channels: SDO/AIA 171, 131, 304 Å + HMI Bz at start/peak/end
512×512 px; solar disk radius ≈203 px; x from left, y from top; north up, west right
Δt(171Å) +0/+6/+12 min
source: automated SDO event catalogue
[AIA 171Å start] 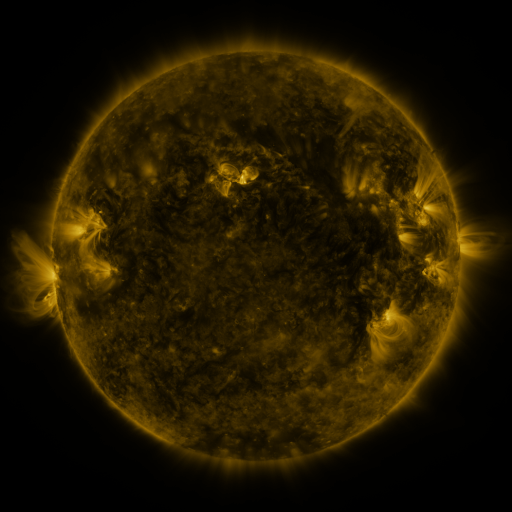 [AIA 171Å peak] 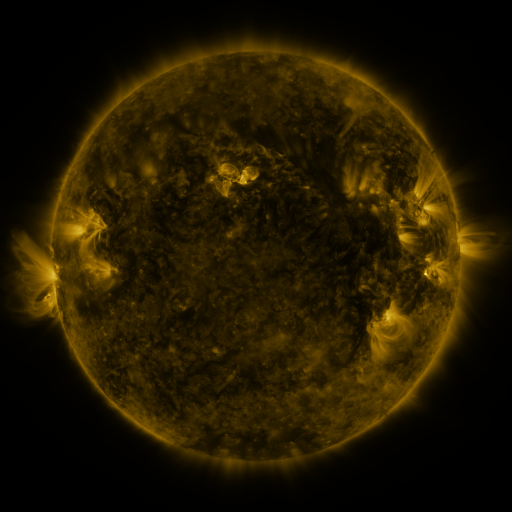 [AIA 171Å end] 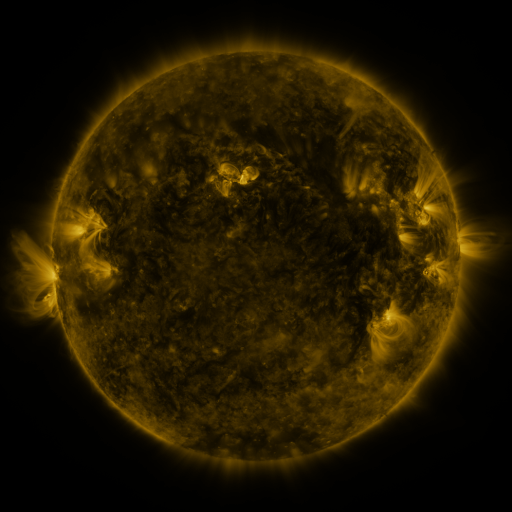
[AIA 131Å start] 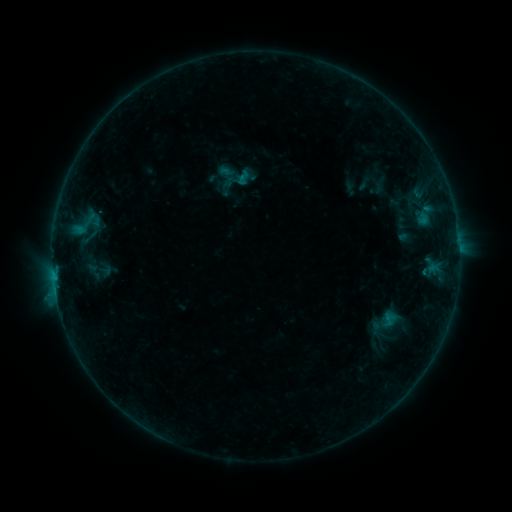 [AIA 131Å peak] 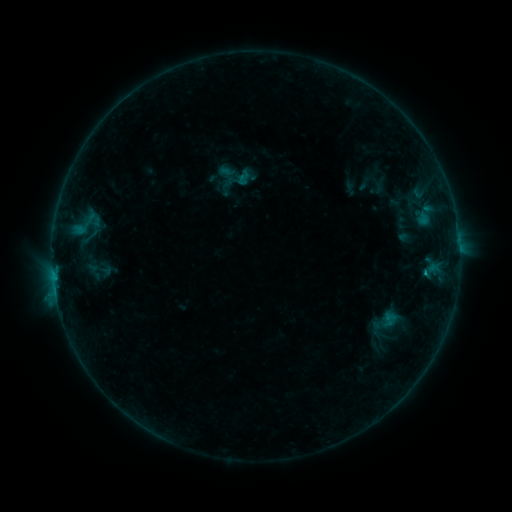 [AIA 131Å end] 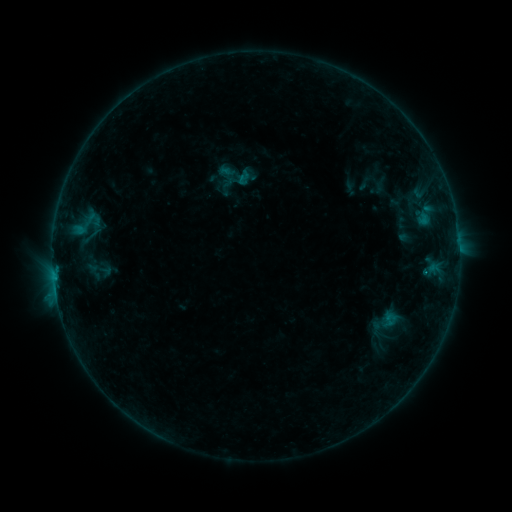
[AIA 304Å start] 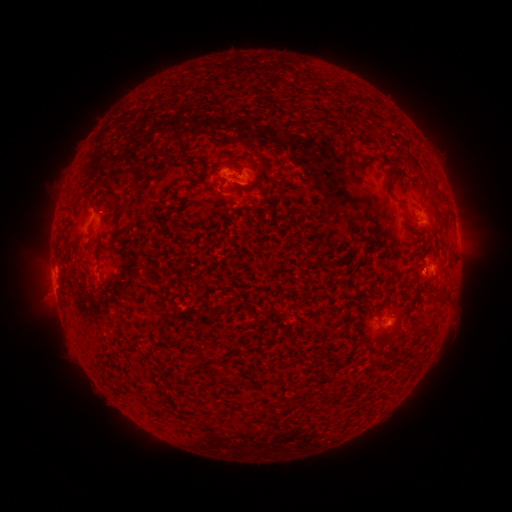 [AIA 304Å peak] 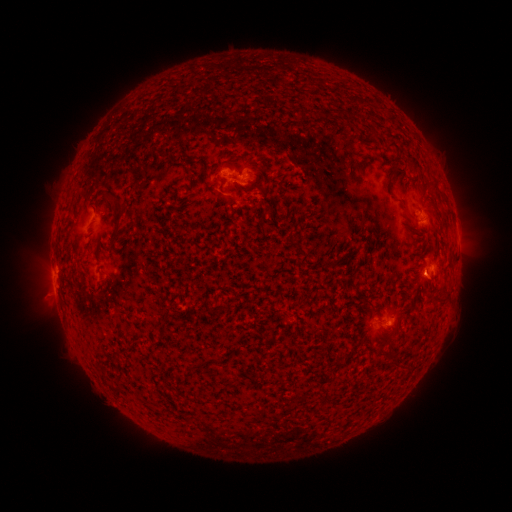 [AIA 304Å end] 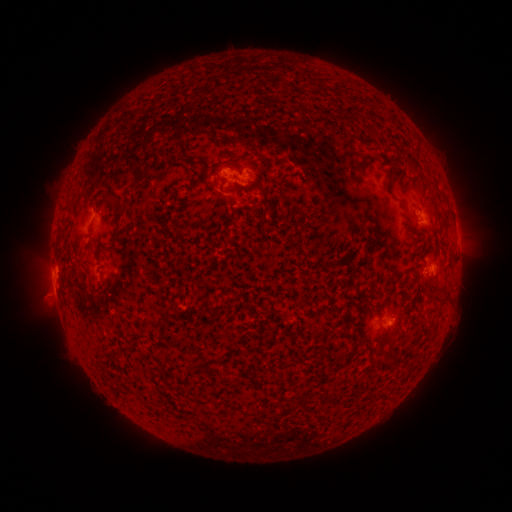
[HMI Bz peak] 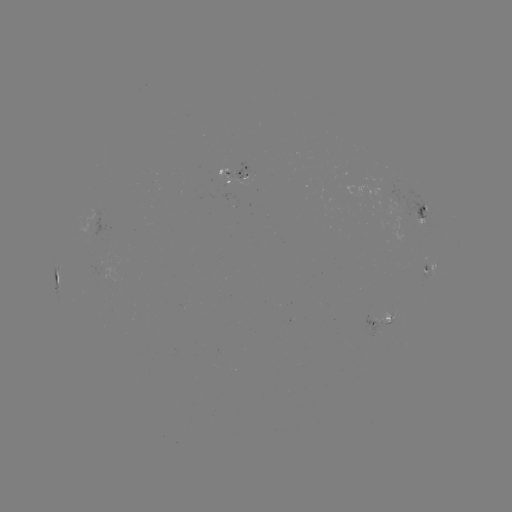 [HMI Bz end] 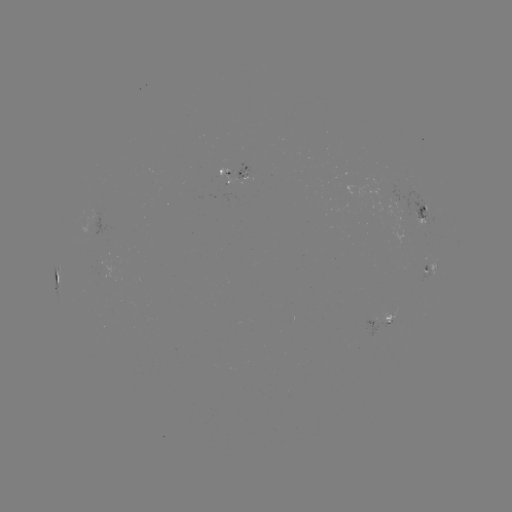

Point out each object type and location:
B6.3 flare: (424, 268)
